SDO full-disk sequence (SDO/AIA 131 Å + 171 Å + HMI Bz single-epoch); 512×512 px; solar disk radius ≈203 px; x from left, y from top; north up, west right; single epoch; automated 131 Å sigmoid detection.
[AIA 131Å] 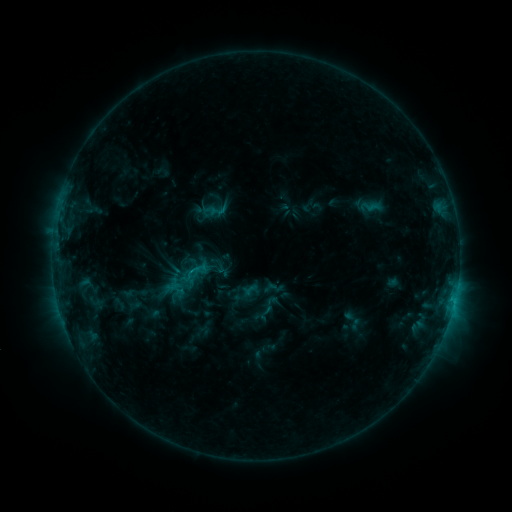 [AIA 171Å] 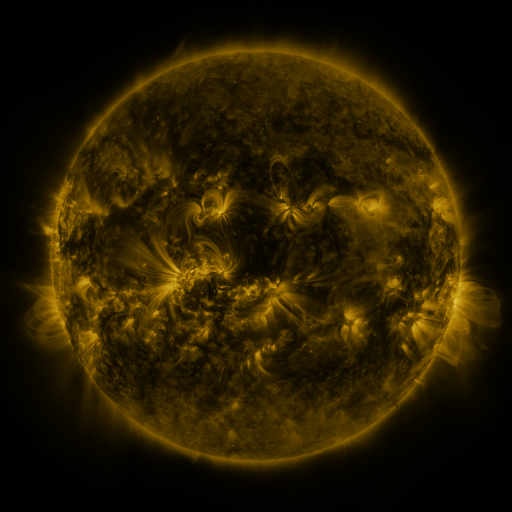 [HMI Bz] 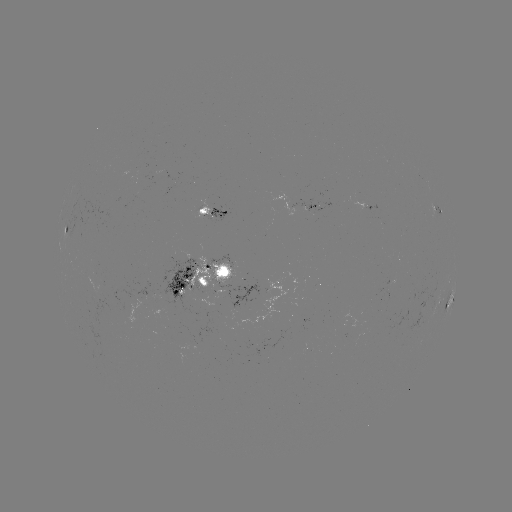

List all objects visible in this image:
sigmoid: (219, 211)
sigmoid: (190, 274)
